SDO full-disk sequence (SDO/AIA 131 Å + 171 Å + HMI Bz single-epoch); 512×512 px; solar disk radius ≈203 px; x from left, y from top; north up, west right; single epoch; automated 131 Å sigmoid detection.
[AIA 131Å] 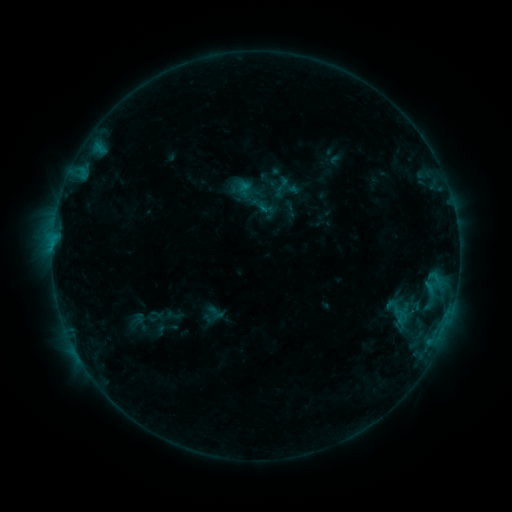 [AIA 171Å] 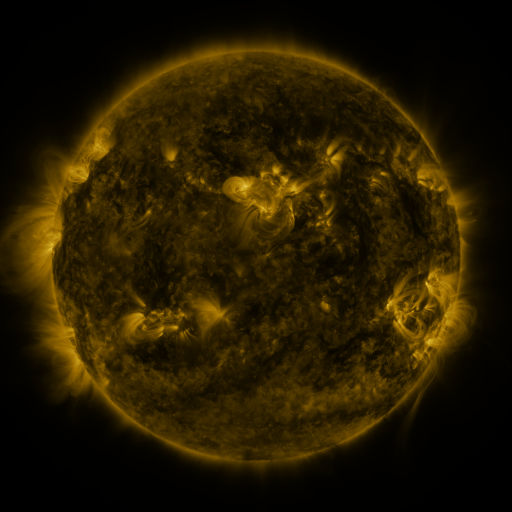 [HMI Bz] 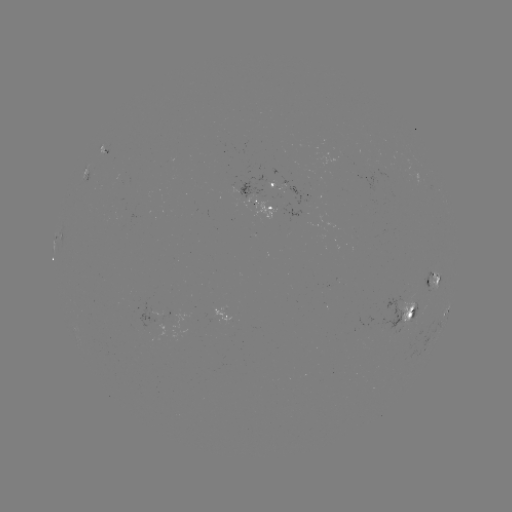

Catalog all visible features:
sigmoid: [388, 302, 411, 328]
sigmoid: [205, 303, 226, 321]
